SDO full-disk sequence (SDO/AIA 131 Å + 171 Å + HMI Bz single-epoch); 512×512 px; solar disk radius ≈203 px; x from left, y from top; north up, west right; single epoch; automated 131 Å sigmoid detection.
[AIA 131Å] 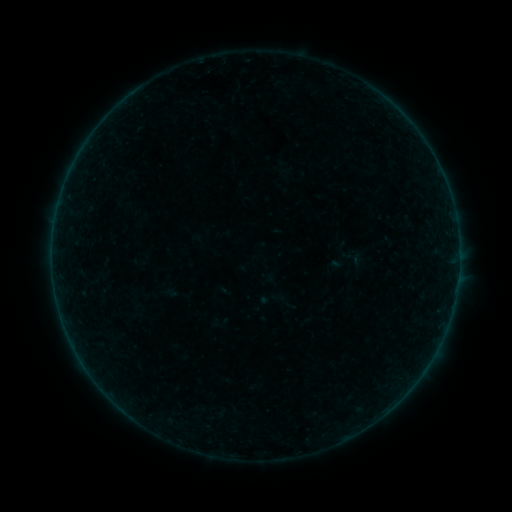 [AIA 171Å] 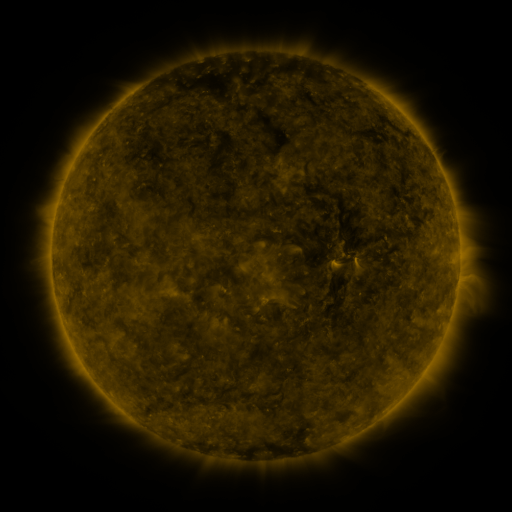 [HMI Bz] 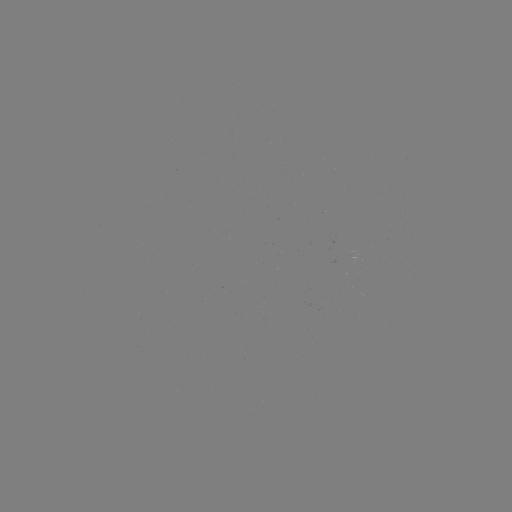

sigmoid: [338, 245, 370, 274]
